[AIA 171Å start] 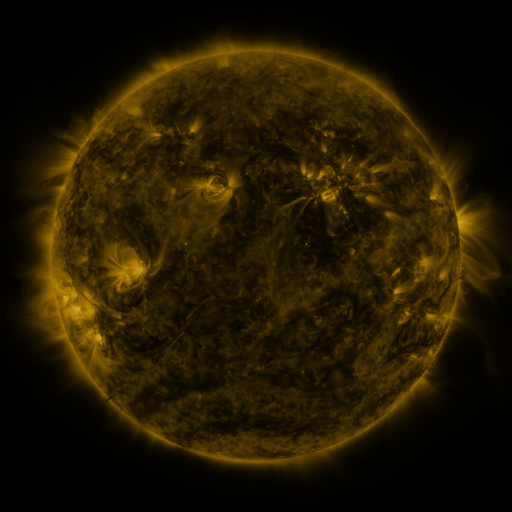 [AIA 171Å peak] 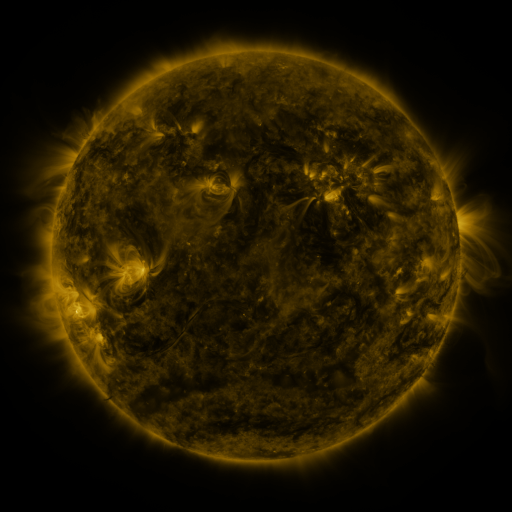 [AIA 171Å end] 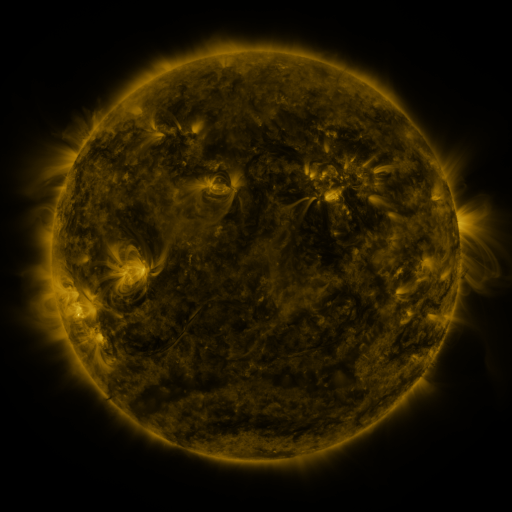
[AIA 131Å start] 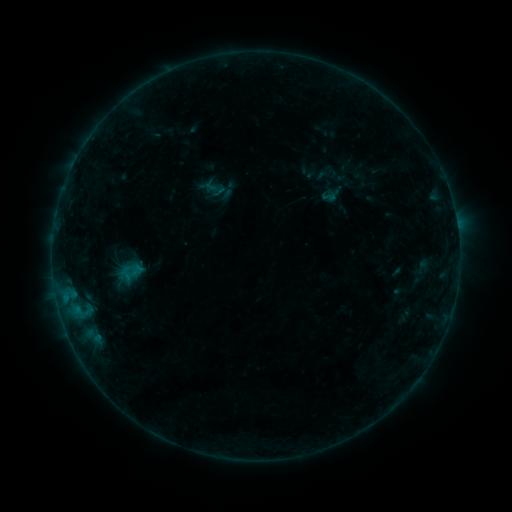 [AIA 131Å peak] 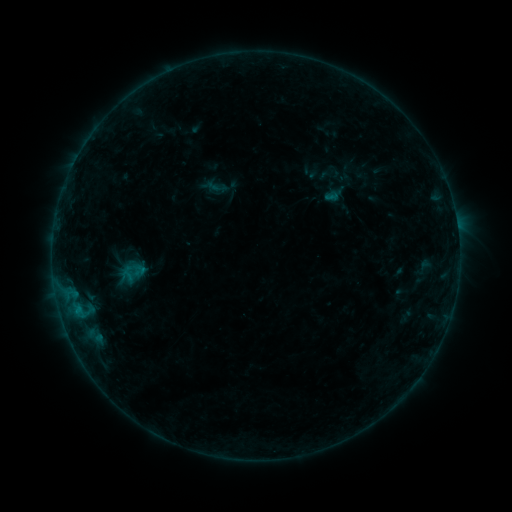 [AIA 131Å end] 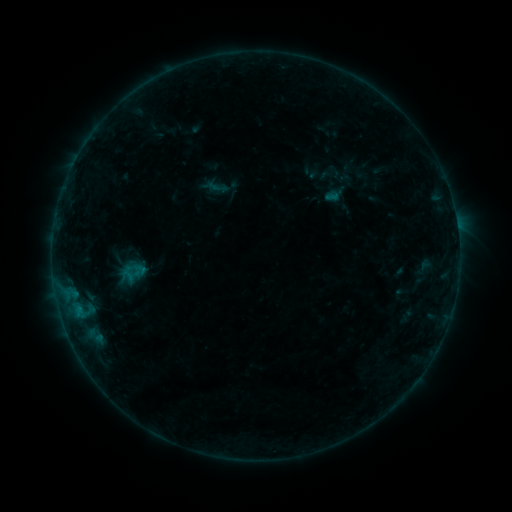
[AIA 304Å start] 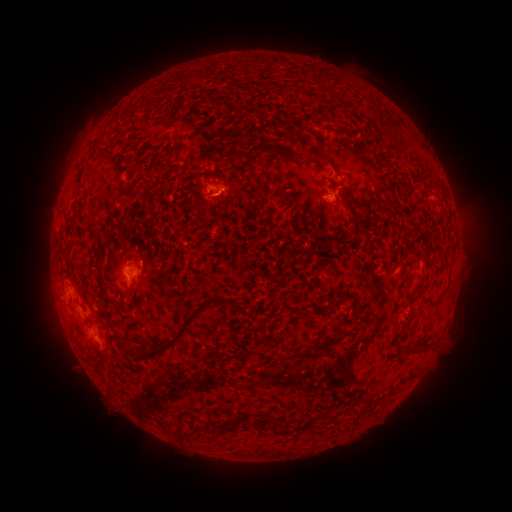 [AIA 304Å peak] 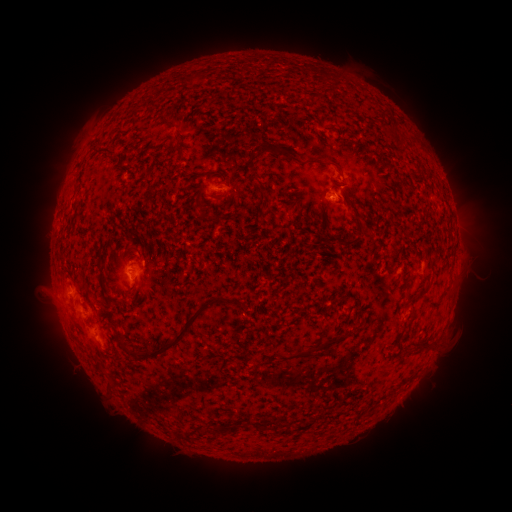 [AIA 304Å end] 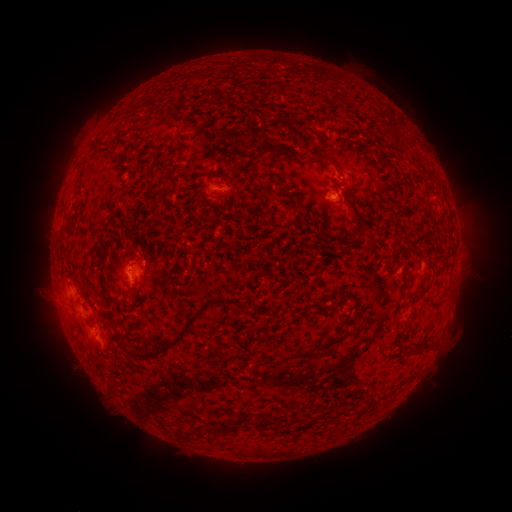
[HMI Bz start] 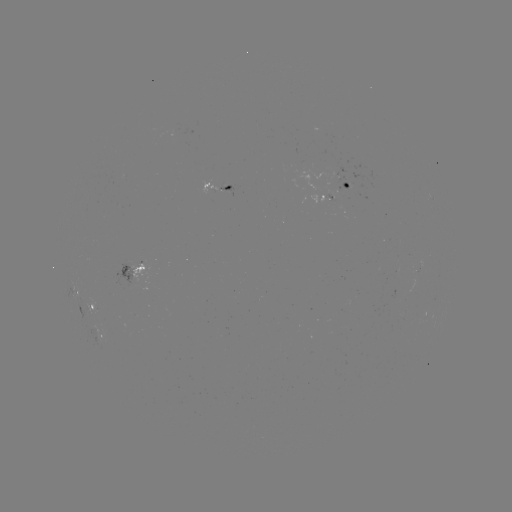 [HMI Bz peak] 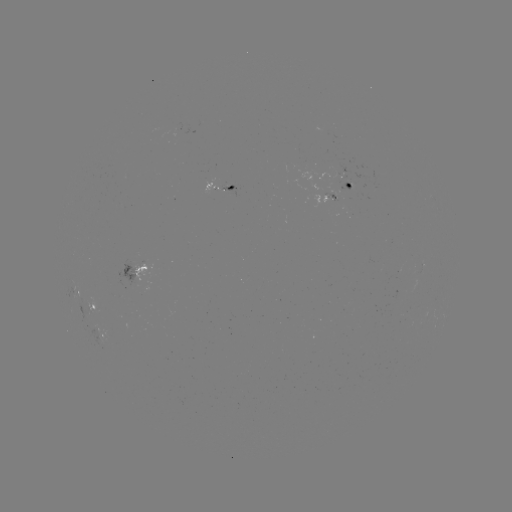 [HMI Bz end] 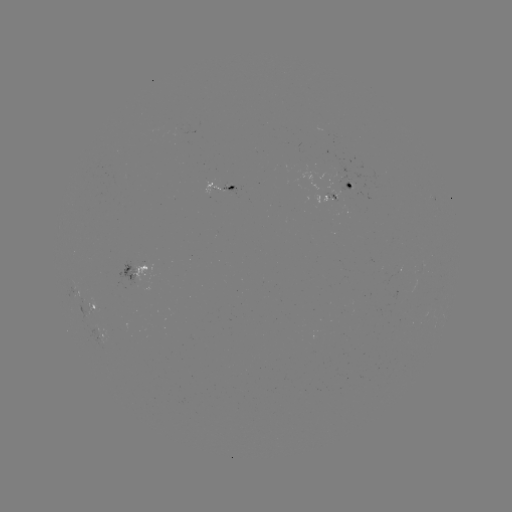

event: emerging-flux region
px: (347, 183)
